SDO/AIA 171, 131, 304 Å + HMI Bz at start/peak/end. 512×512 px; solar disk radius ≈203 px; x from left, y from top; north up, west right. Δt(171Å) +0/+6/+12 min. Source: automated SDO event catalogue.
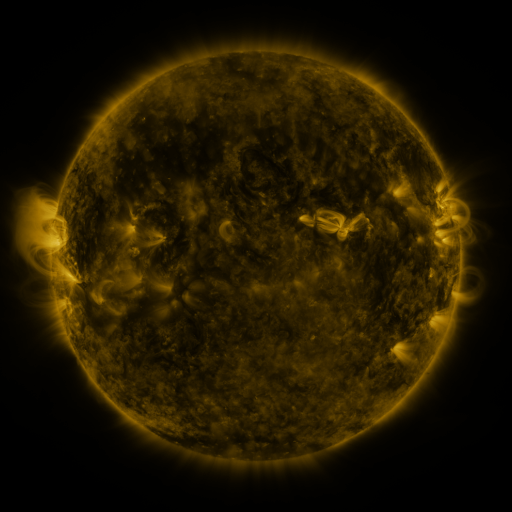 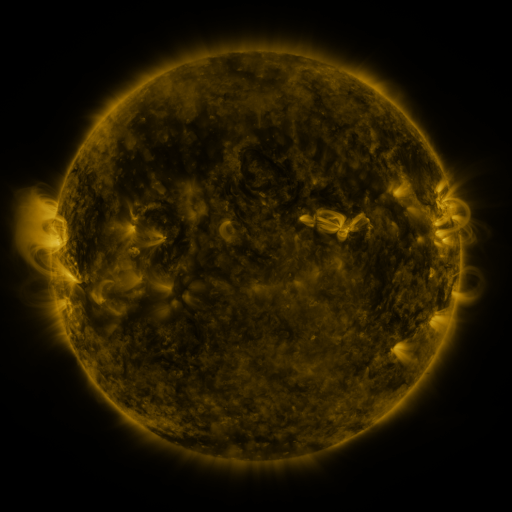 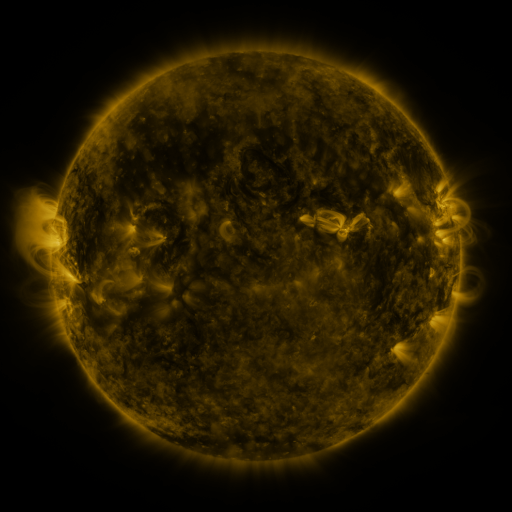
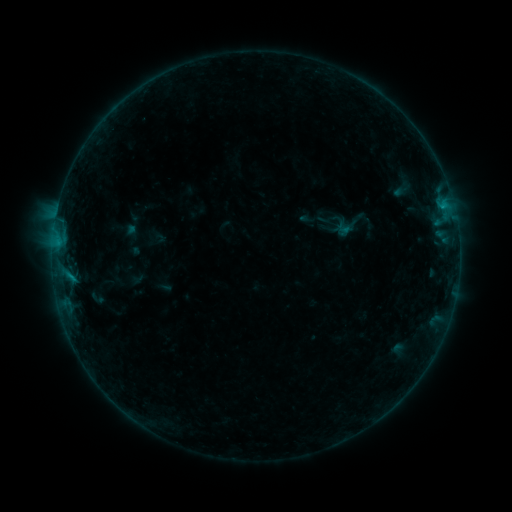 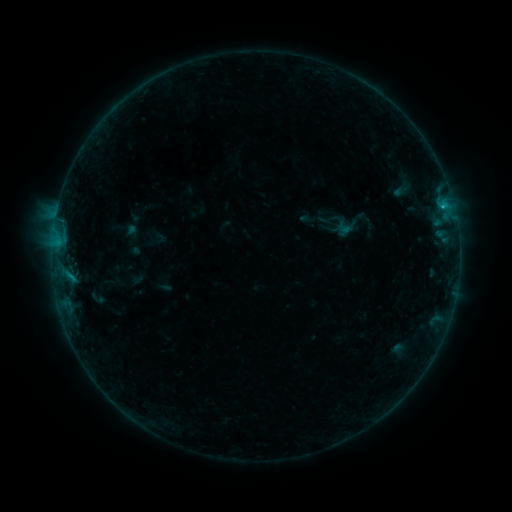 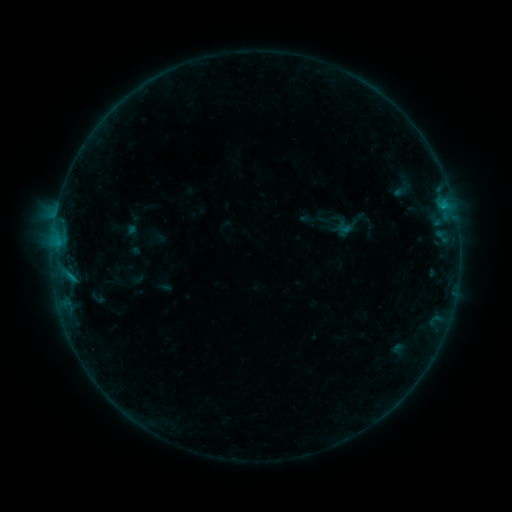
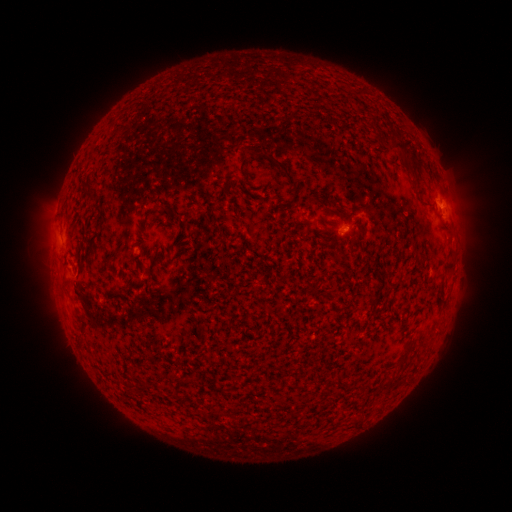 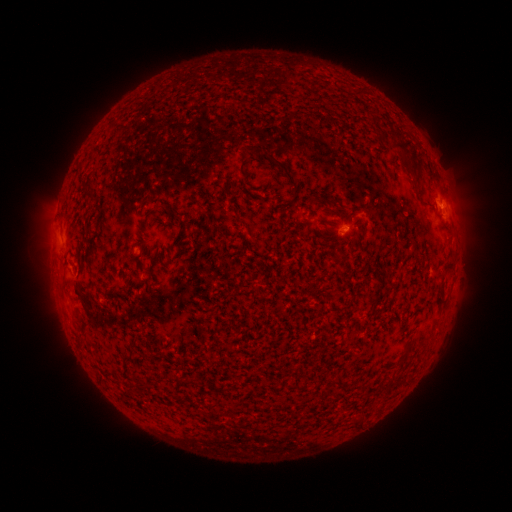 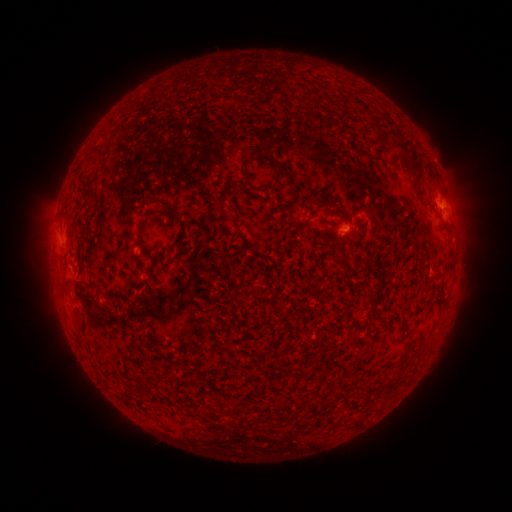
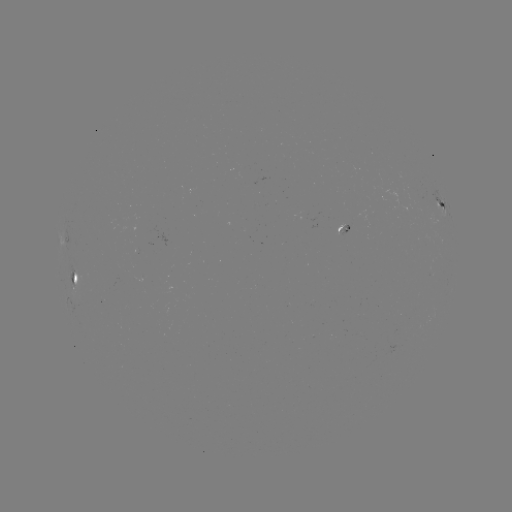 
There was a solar flare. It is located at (441, 207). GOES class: B3.5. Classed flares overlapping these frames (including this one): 1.